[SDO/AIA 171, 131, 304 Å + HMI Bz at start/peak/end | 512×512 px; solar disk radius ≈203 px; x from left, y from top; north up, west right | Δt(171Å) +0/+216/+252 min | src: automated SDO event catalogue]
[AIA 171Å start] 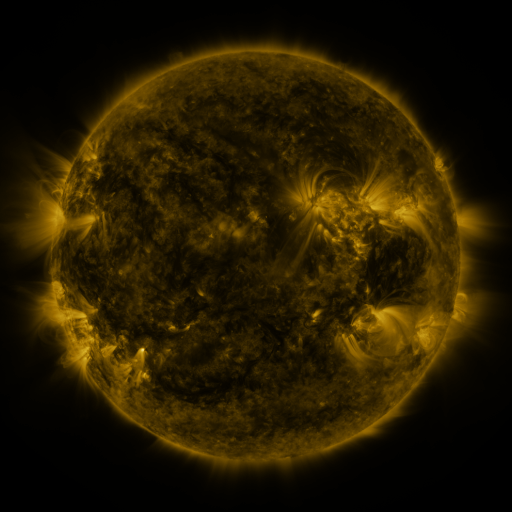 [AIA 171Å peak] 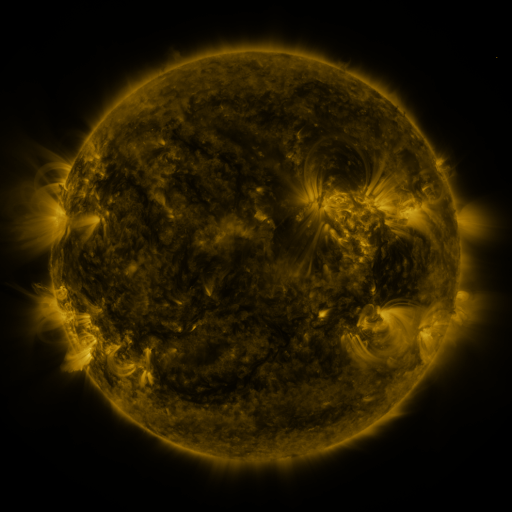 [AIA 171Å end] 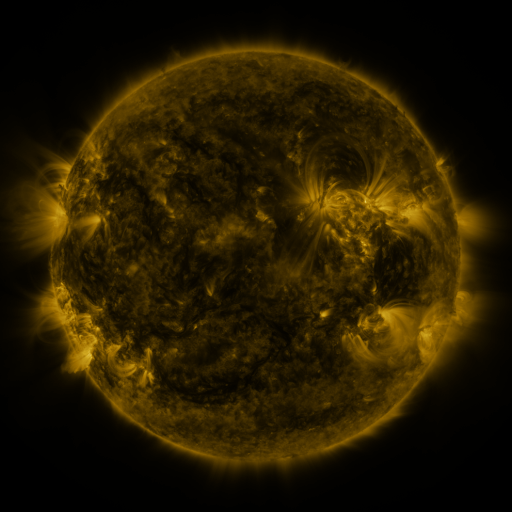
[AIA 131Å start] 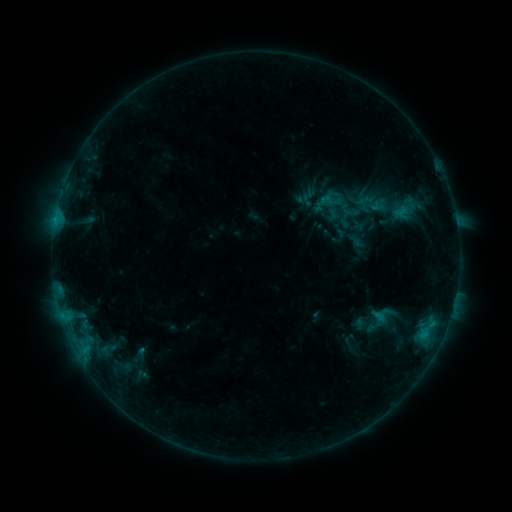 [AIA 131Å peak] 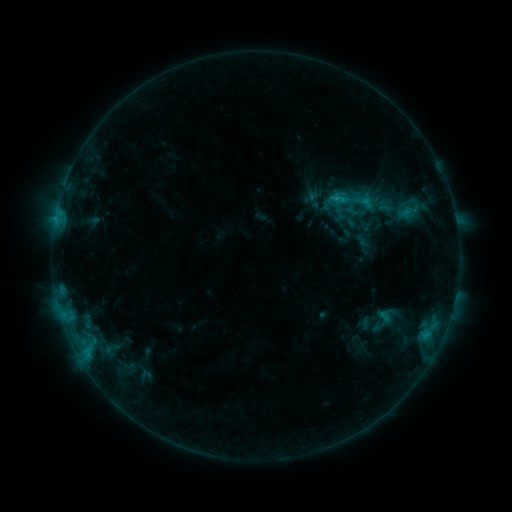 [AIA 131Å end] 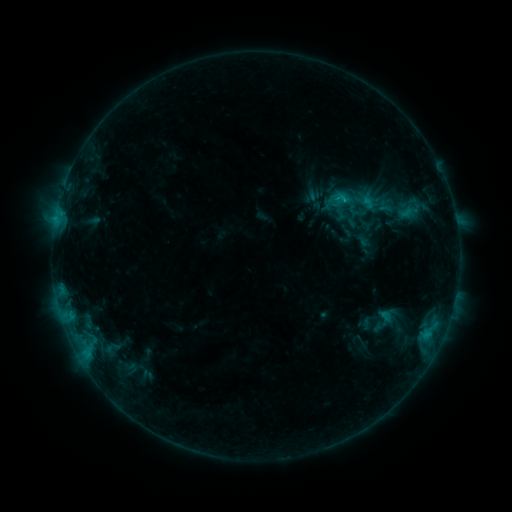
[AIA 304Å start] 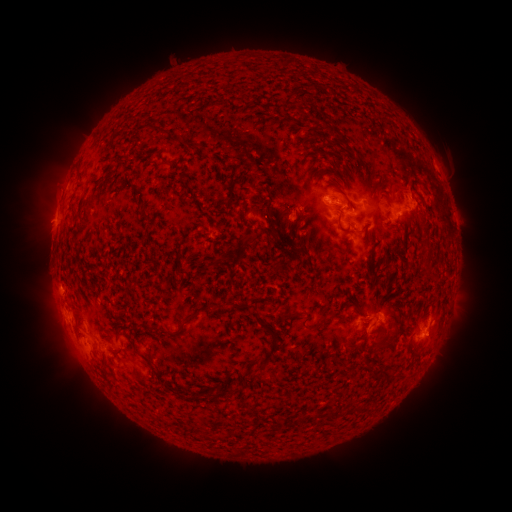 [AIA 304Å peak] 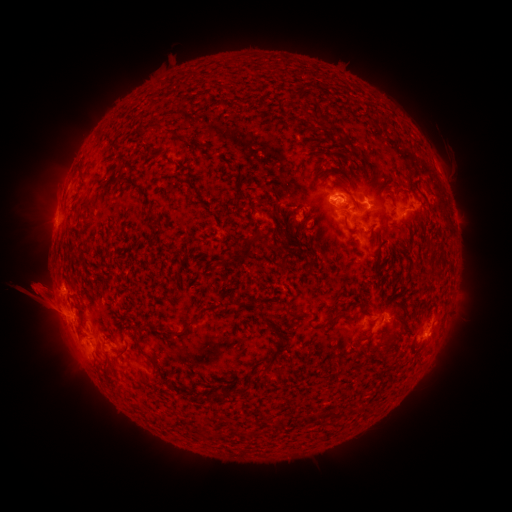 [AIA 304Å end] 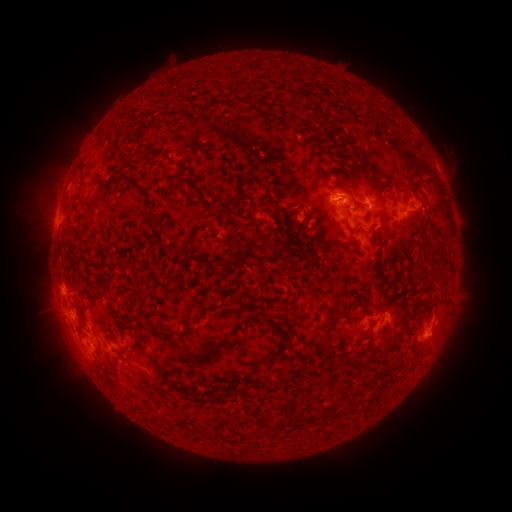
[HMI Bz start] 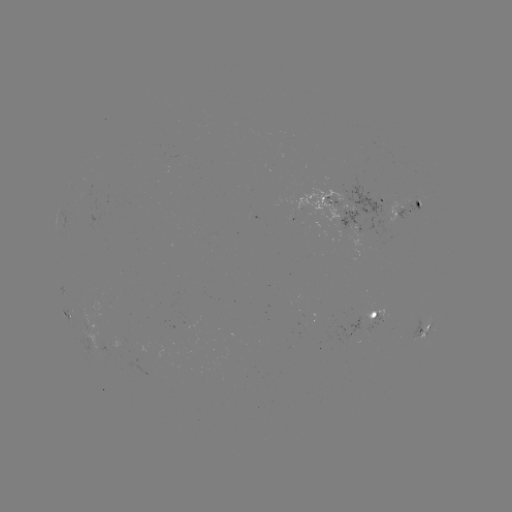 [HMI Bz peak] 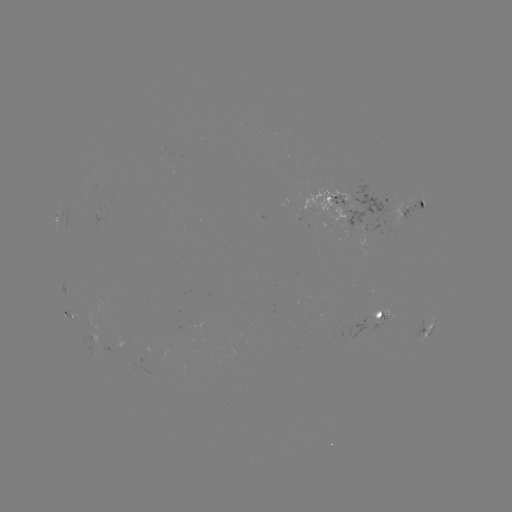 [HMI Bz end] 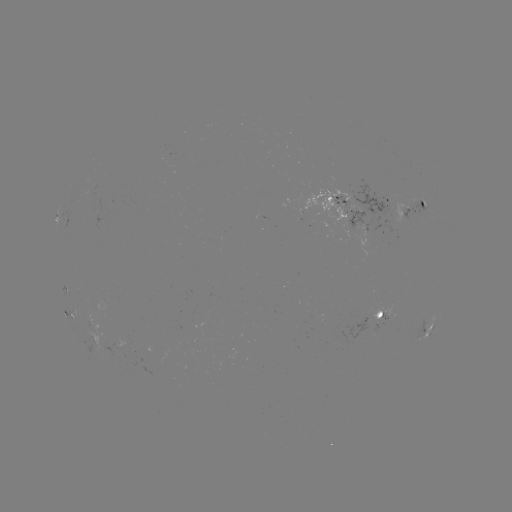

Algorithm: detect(emerging-flux region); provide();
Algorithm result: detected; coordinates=318,213